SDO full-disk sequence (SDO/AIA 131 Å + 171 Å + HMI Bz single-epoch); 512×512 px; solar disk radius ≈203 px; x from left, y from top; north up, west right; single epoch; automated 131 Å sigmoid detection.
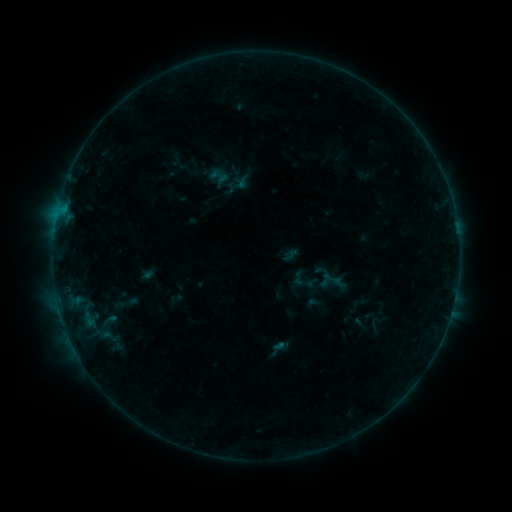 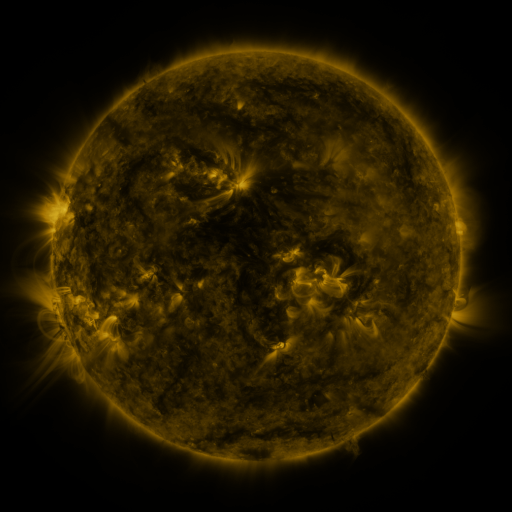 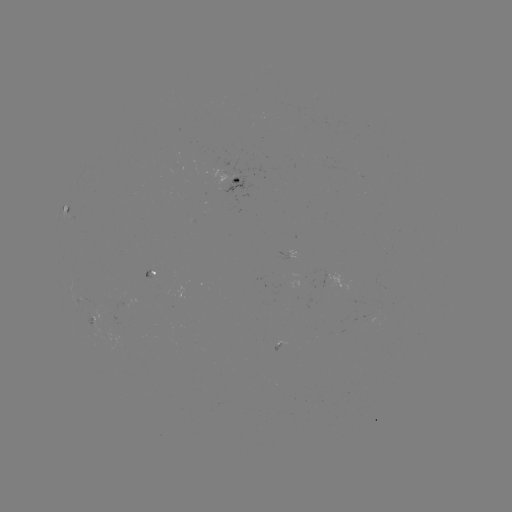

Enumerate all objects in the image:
sigmoid: (290, 255)
